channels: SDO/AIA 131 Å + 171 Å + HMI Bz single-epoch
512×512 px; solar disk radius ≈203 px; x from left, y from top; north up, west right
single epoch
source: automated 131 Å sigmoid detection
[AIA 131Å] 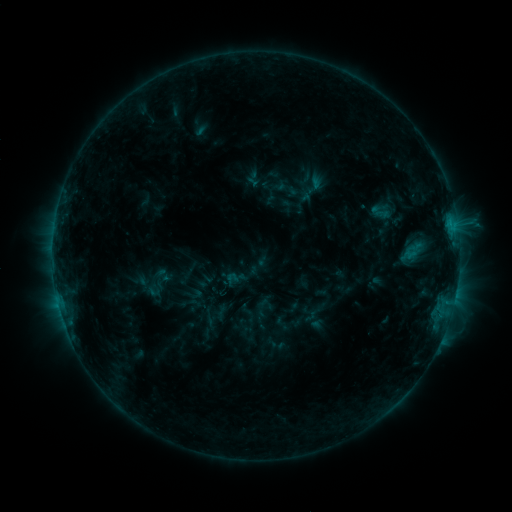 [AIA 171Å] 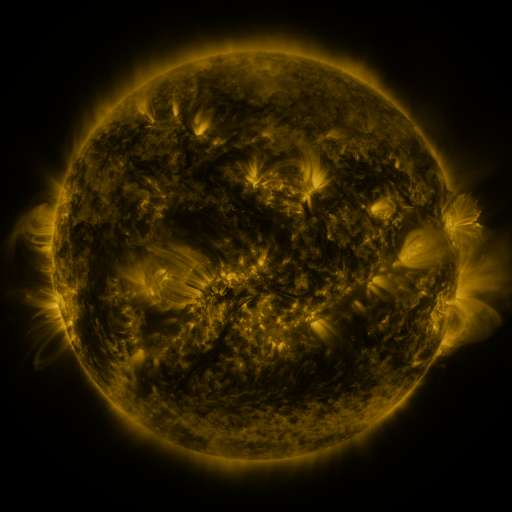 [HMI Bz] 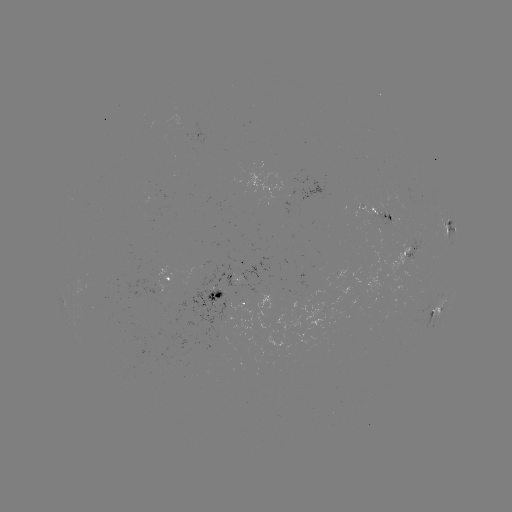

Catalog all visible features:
sigmoid: <bbox>292, 170, 334, 207</bbox>
